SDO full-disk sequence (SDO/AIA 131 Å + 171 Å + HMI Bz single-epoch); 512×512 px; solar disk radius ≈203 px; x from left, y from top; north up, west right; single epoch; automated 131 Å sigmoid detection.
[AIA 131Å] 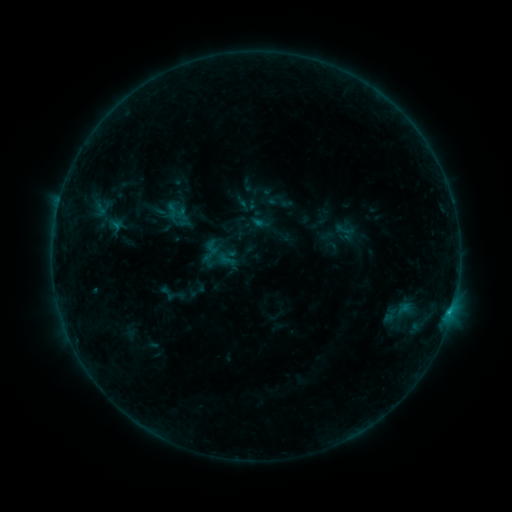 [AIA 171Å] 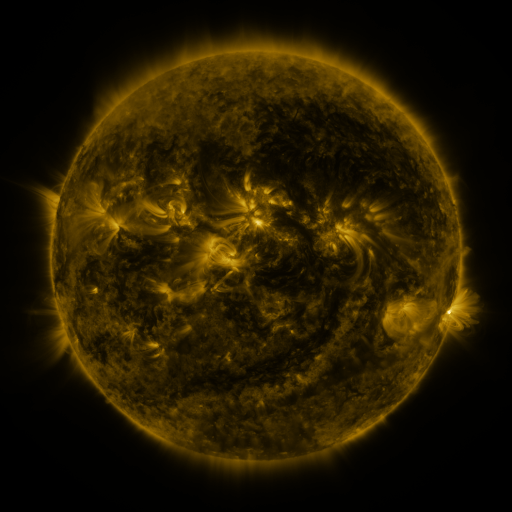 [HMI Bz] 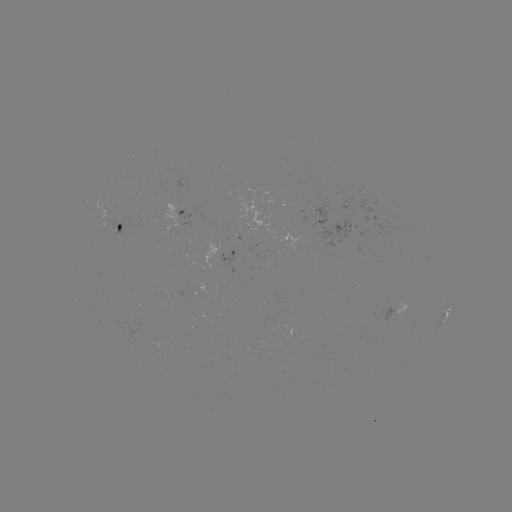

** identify sigmoid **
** [346, 230] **